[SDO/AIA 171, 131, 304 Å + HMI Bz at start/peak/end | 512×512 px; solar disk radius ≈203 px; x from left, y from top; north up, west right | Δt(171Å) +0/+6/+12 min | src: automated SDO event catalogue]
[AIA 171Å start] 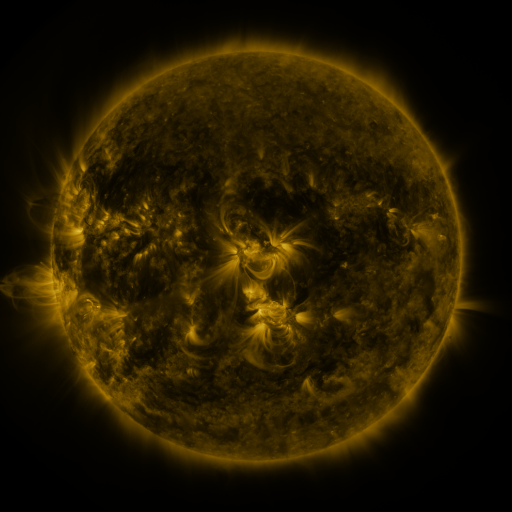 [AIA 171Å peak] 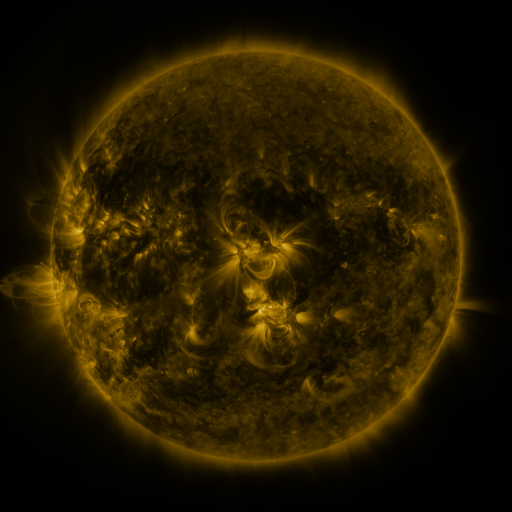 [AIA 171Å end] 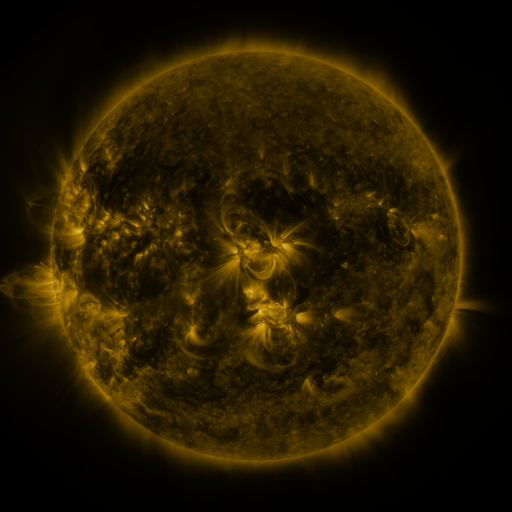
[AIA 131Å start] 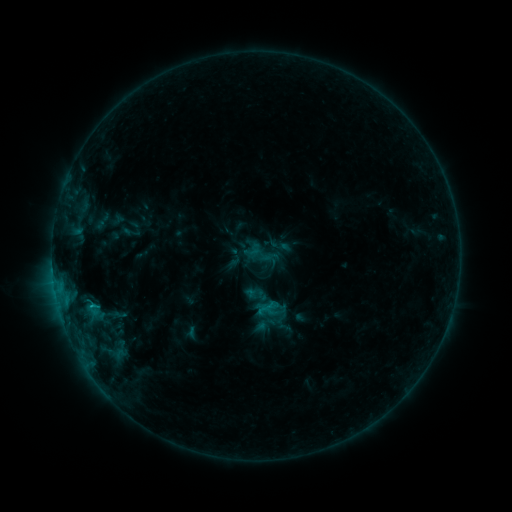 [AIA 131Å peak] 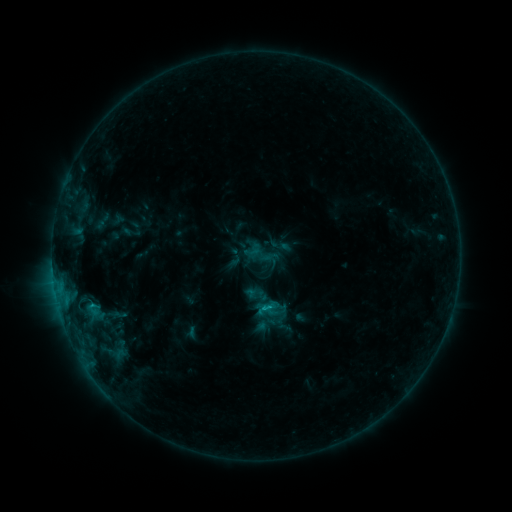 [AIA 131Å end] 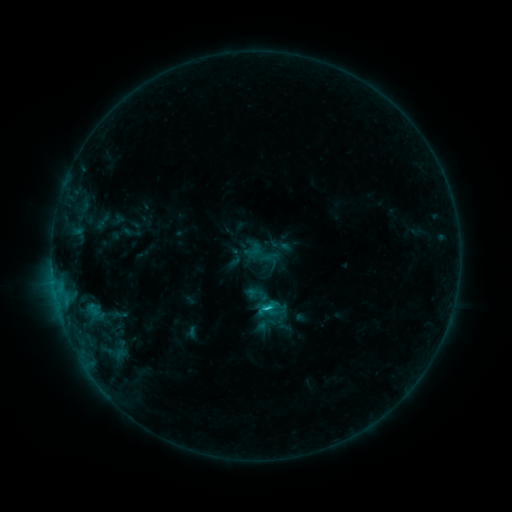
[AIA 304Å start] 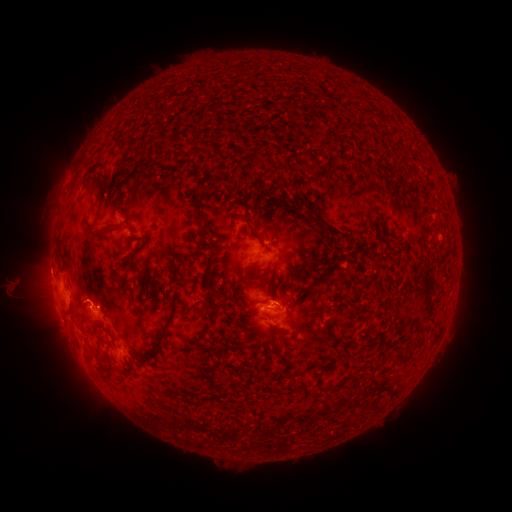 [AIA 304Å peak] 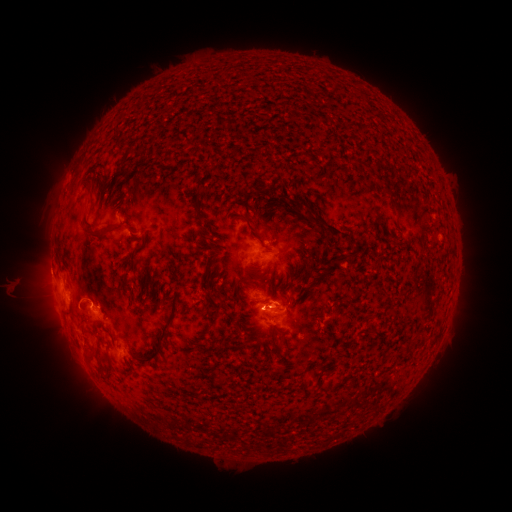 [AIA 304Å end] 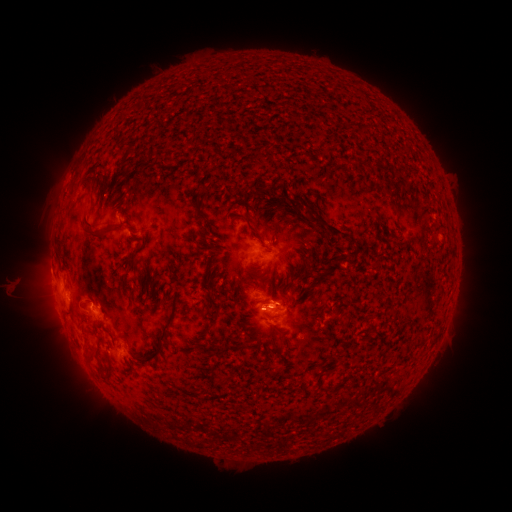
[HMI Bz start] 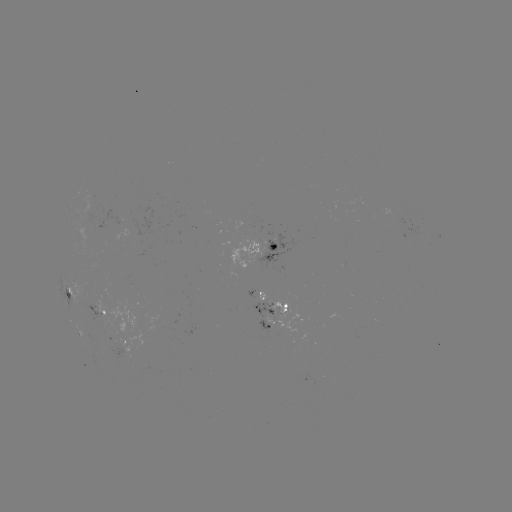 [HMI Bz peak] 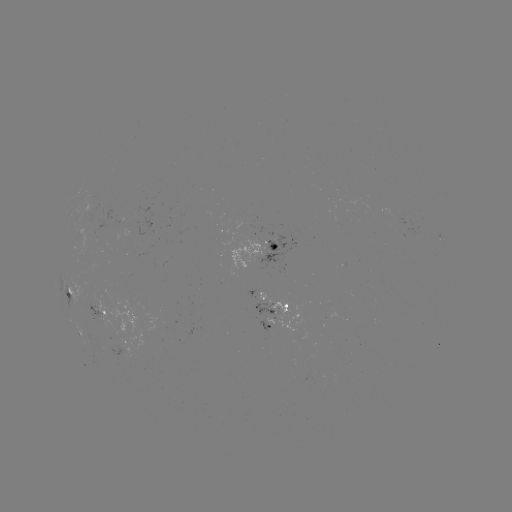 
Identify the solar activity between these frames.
C1.2 flare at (263, 307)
